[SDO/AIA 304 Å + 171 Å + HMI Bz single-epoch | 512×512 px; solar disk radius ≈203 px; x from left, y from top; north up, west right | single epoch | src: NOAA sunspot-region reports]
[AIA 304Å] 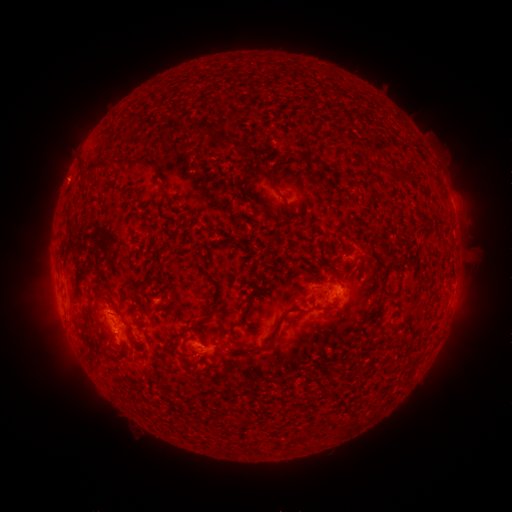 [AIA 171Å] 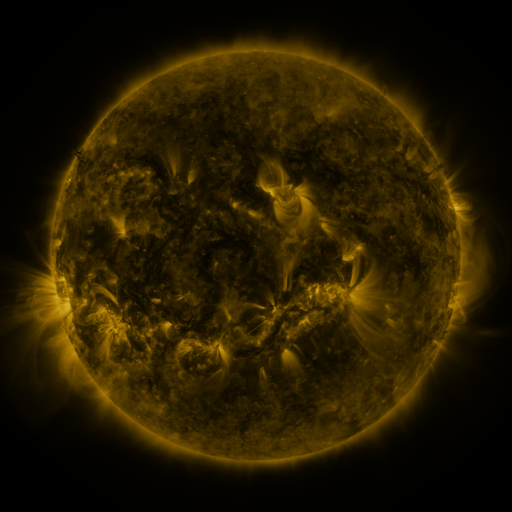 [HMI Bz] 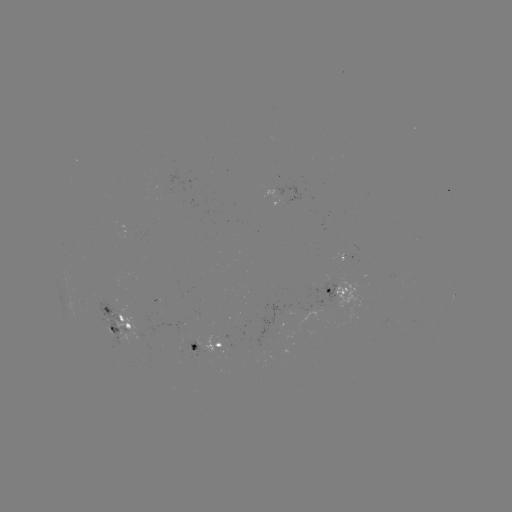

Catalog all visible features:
spotted active region: (348, 255)
spotted active region: (331, 291)
spotted active region: (454, 295)
spotted active region: (118, 321)
spotted active region: (208, 348)
